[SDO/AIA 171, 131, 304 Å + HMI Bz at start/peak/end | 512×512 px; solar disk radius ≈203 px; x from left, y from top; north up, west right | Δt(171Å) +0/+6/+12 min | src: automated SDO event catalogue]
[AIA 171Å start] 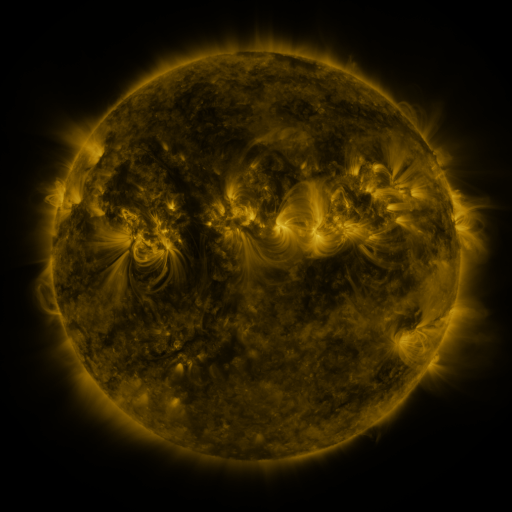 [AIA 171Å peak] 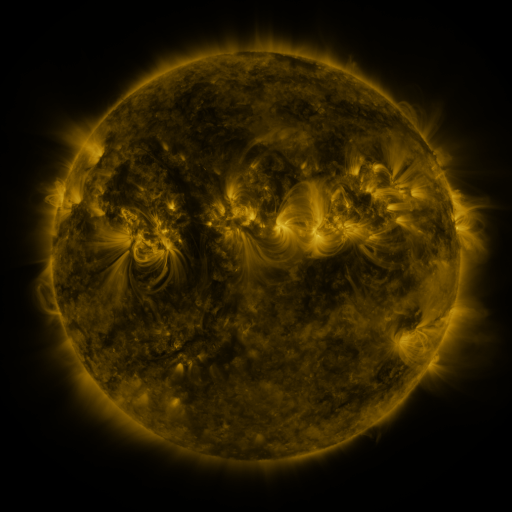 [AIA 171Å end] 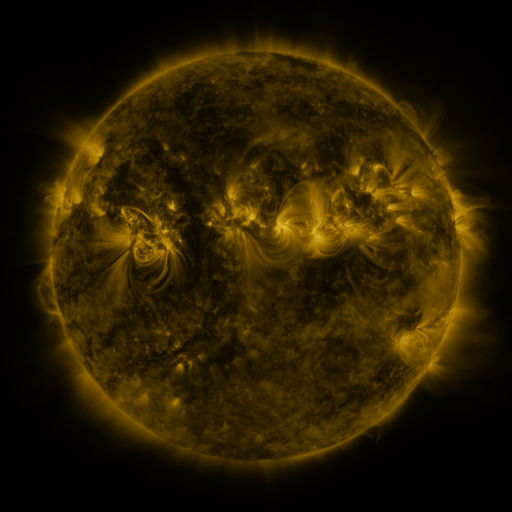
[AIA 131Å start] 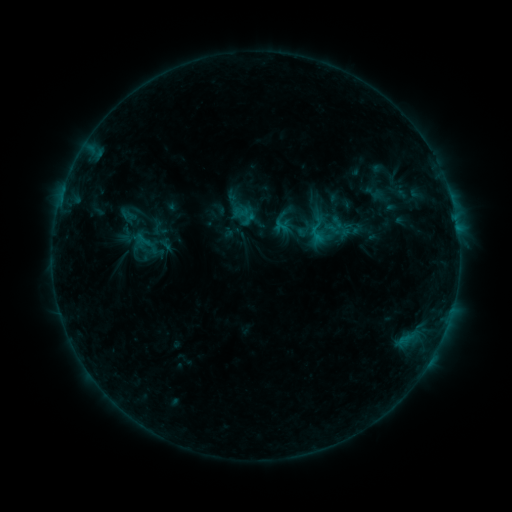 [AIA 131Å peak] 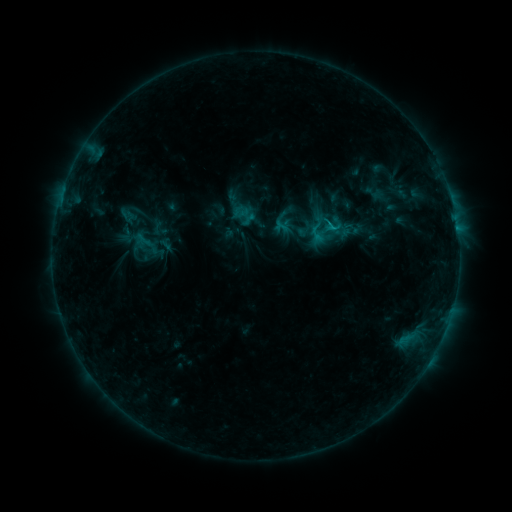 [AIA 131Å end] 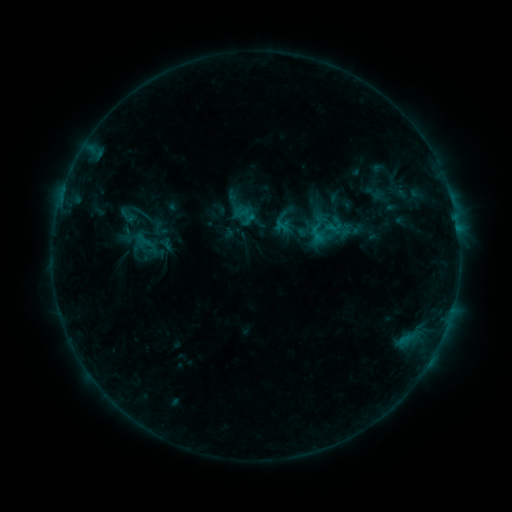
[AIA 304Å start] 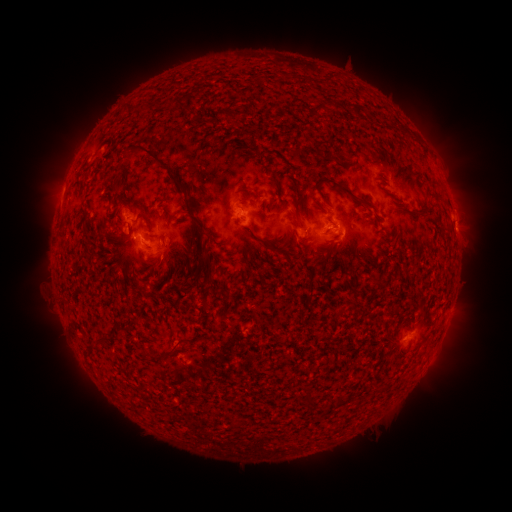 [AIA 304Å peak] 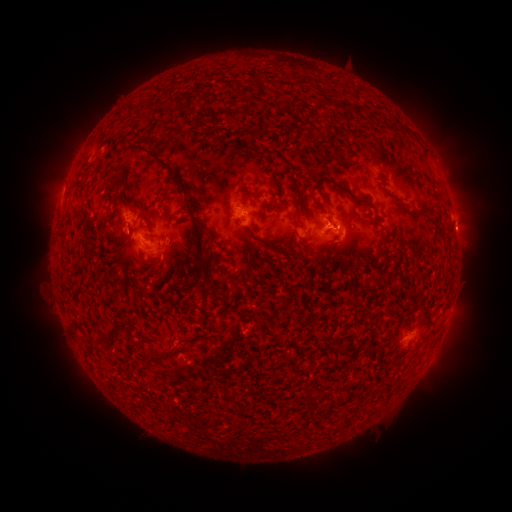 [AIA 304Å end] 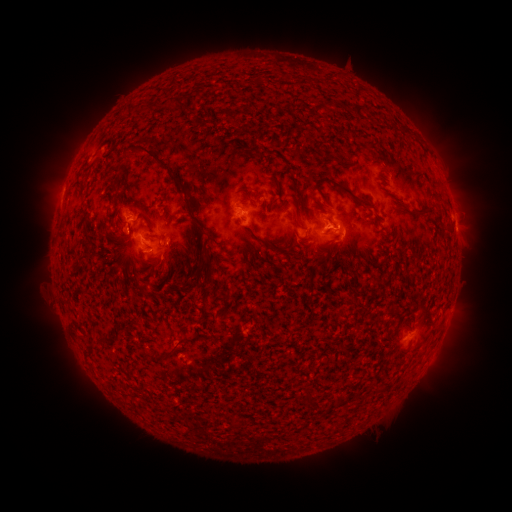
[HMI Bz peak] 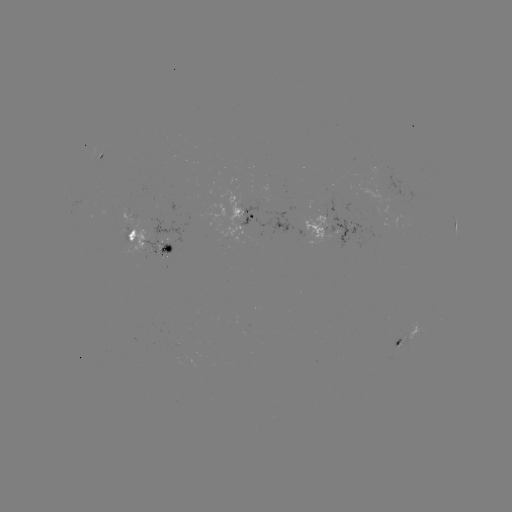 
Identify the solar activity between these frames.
B7.3 flare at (326, 222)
